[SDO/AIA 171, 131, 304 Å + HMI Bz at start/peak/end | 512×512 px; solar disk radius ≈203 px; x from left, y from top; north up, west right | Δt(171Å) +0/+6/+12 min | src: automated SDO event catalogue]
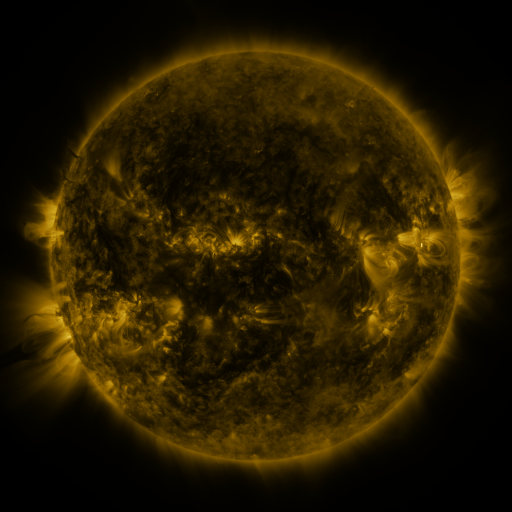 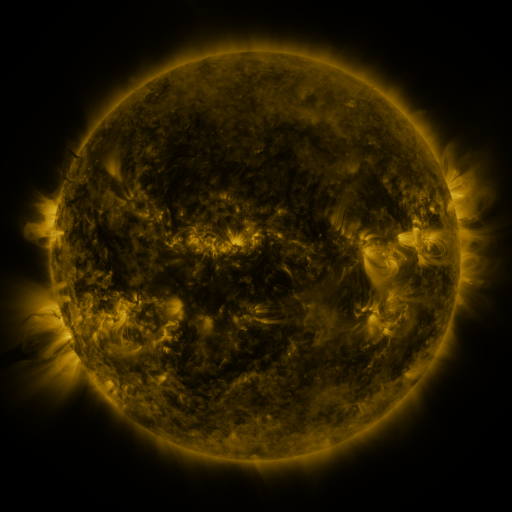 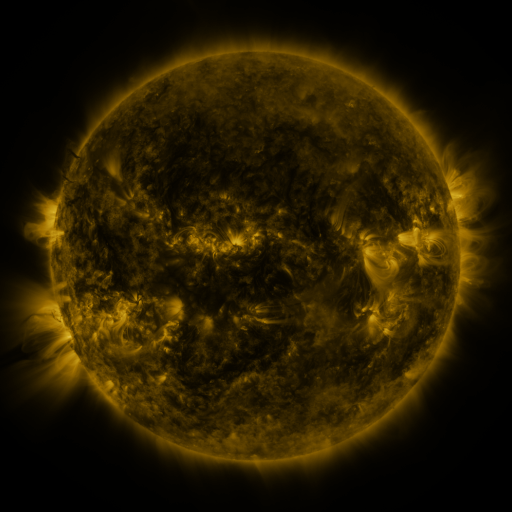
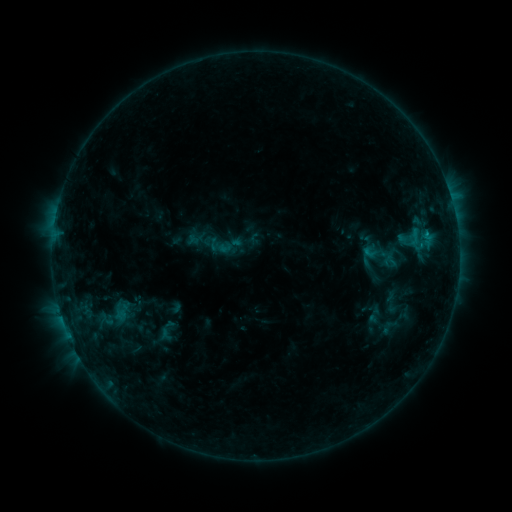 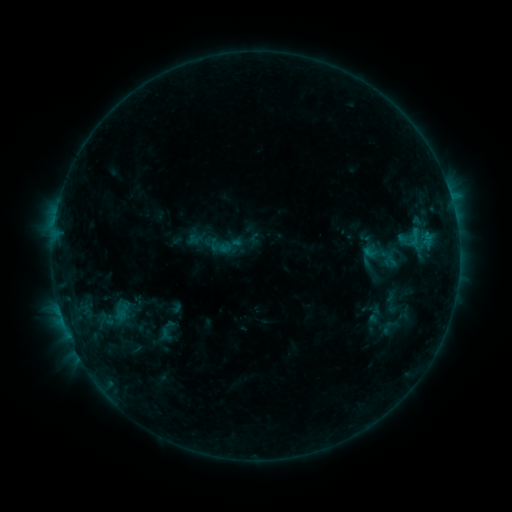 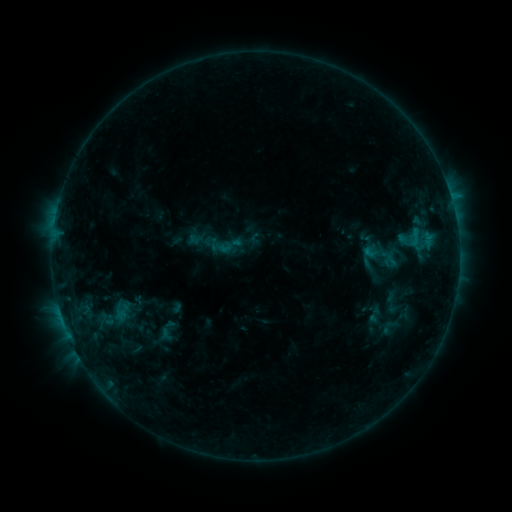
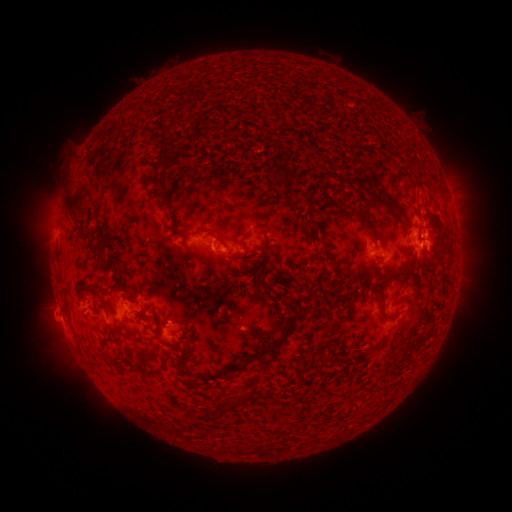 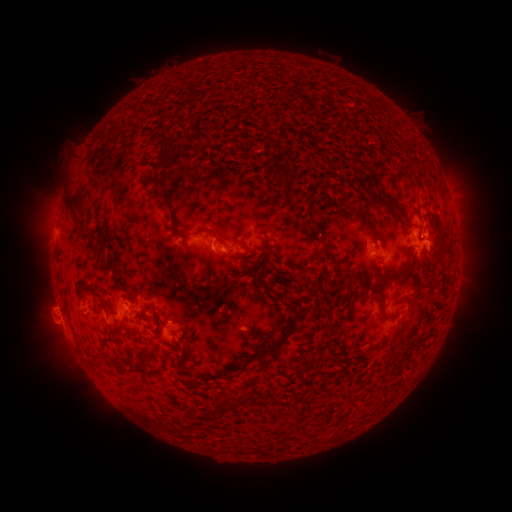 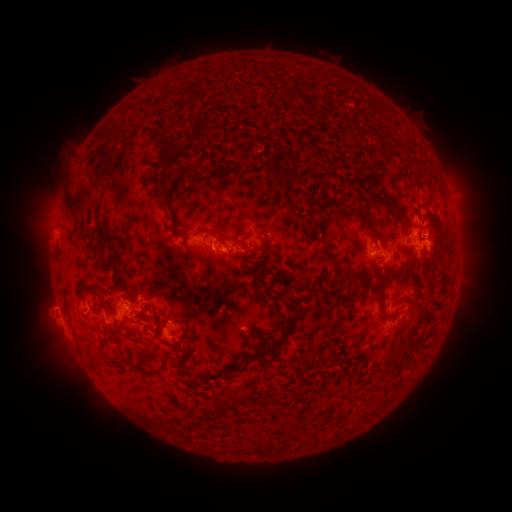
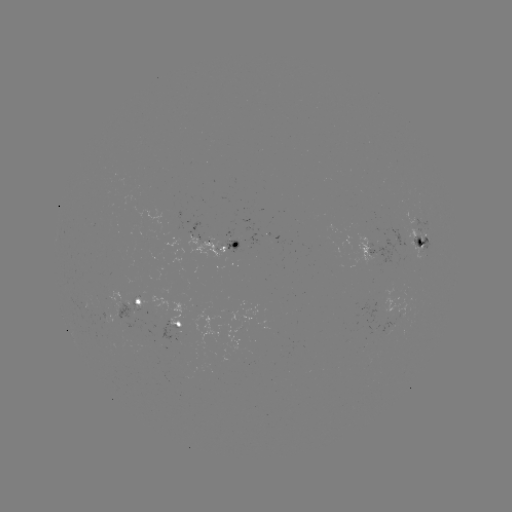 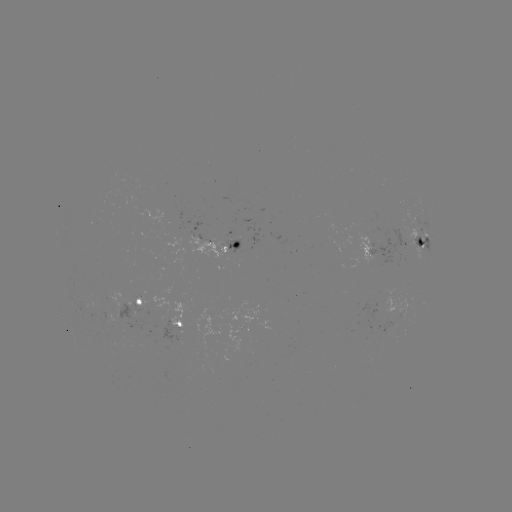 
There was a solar eruption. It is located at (50, 318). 